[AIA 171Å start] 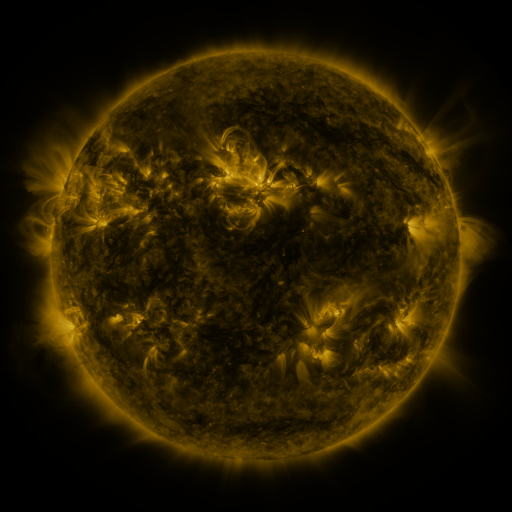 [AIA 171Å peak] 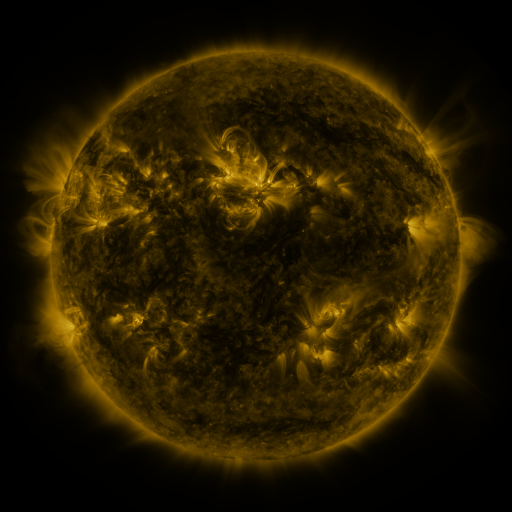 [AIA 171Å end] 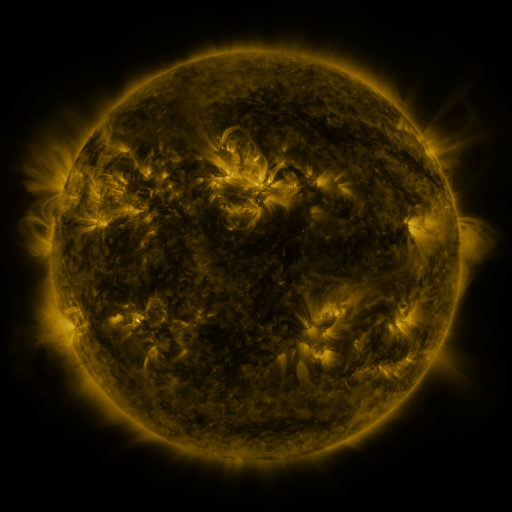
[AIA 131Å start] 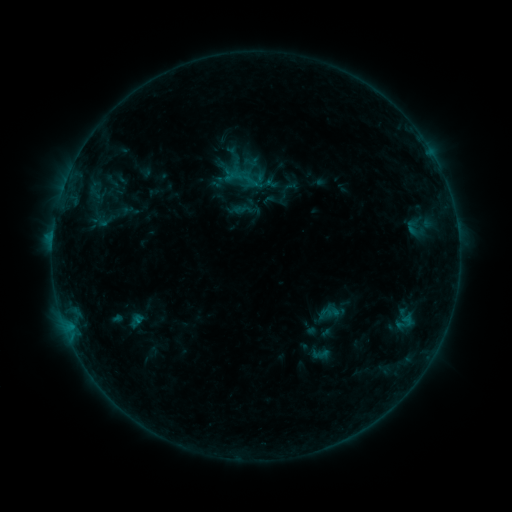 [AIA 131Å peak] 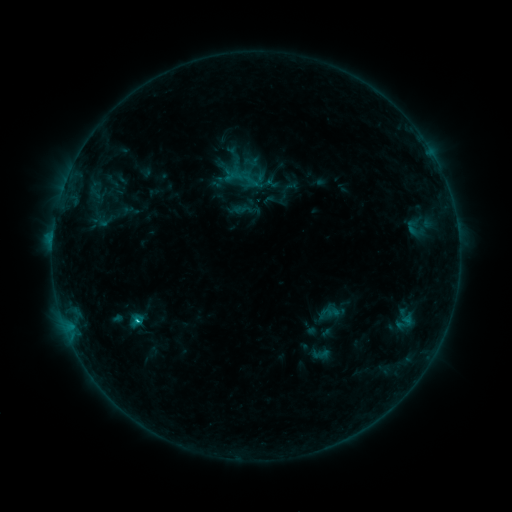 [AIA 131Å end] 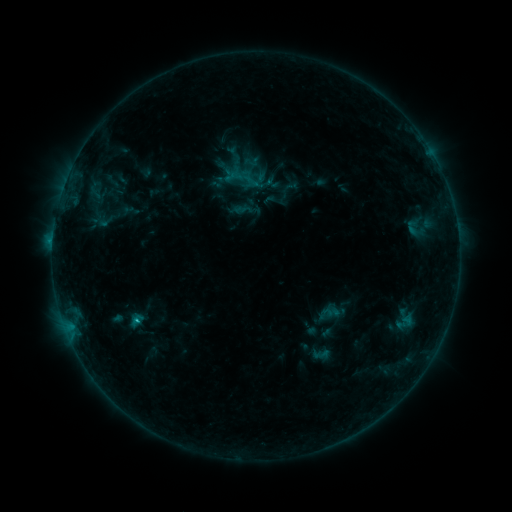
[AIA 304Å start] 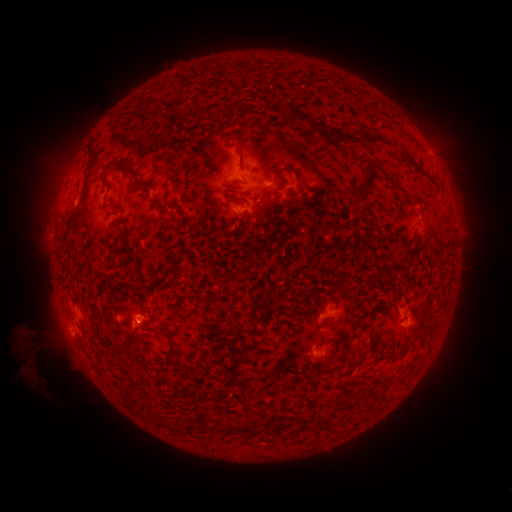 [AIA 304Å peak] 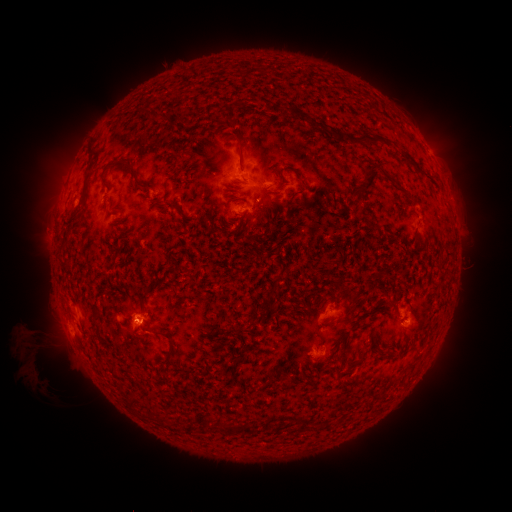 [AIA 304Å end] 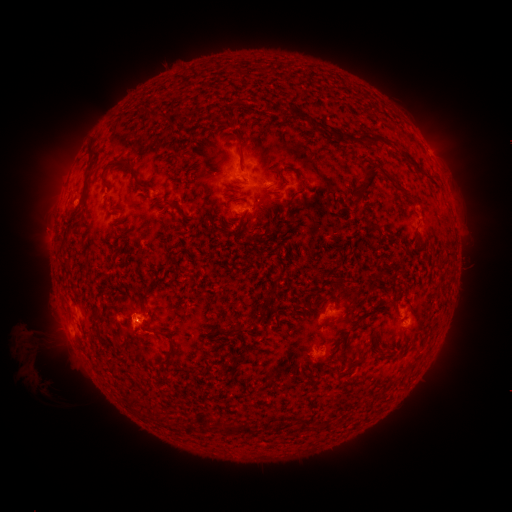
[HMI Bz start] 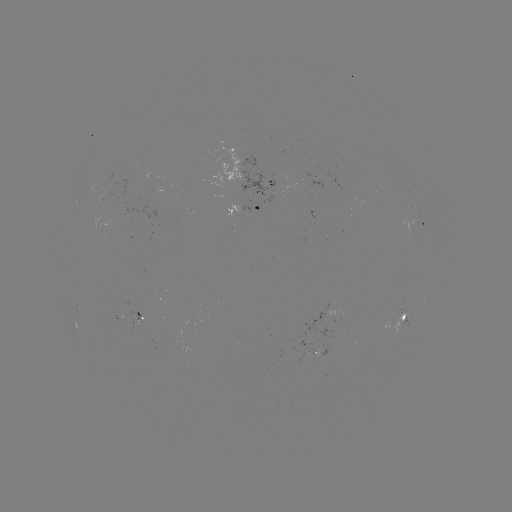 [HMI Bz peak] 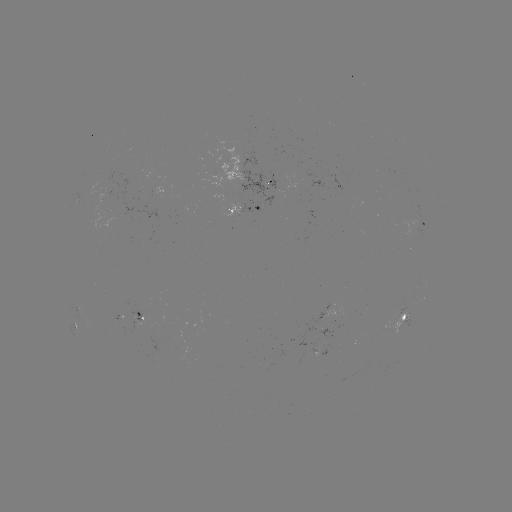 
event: flare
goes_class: C1.2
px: (137, 319)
